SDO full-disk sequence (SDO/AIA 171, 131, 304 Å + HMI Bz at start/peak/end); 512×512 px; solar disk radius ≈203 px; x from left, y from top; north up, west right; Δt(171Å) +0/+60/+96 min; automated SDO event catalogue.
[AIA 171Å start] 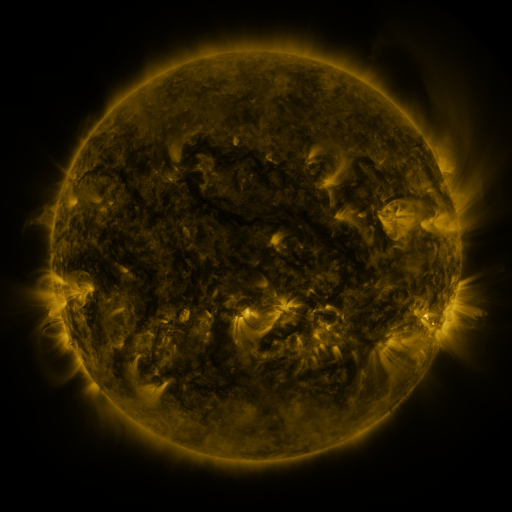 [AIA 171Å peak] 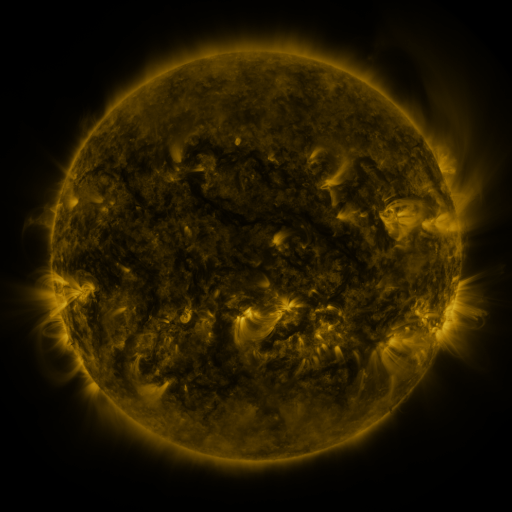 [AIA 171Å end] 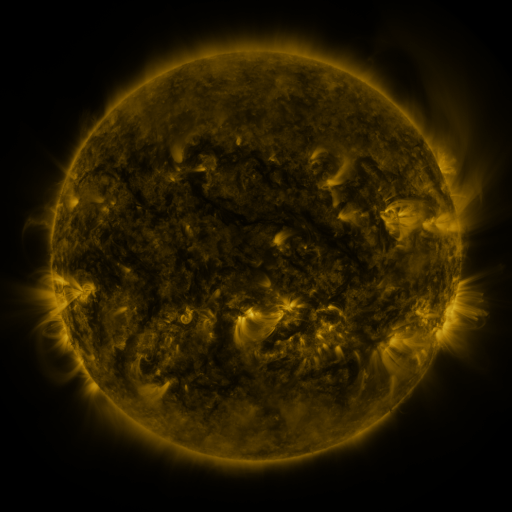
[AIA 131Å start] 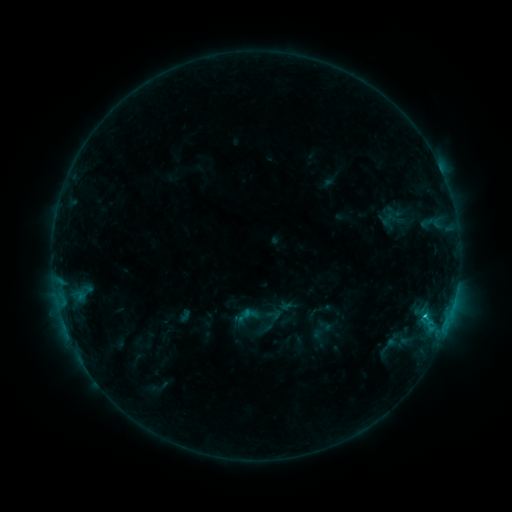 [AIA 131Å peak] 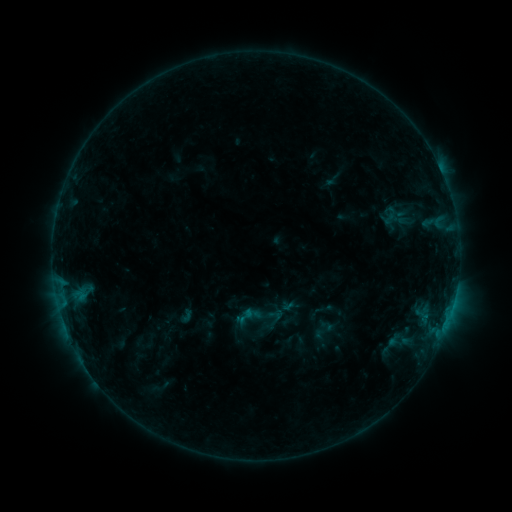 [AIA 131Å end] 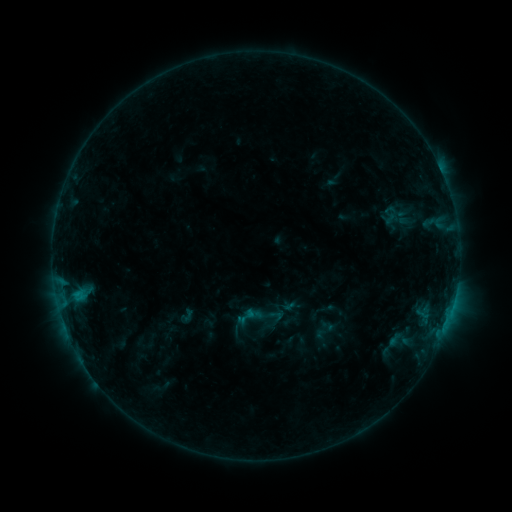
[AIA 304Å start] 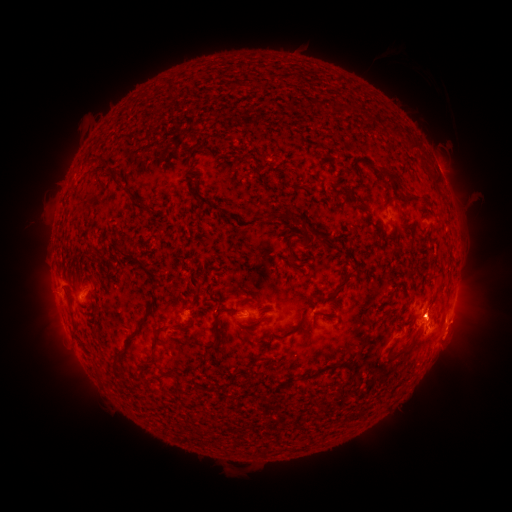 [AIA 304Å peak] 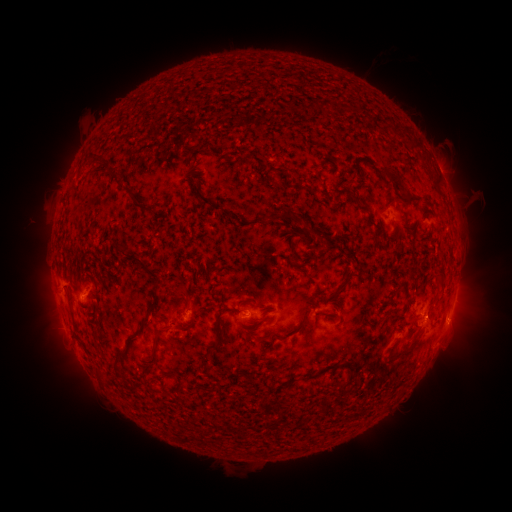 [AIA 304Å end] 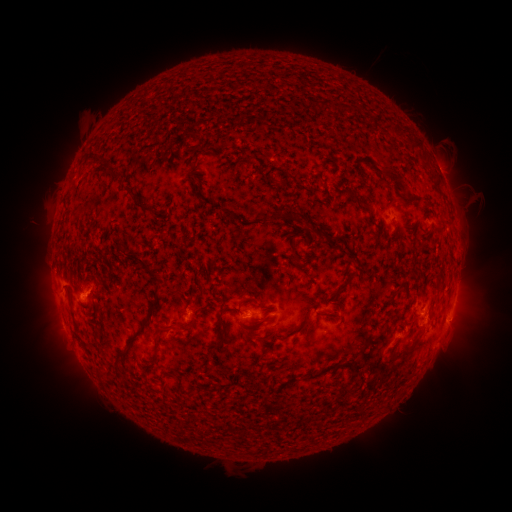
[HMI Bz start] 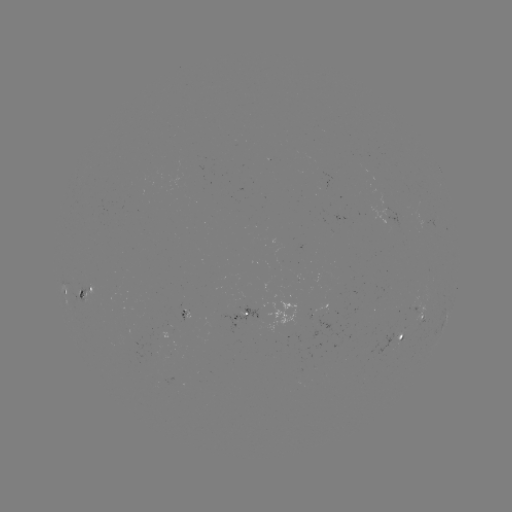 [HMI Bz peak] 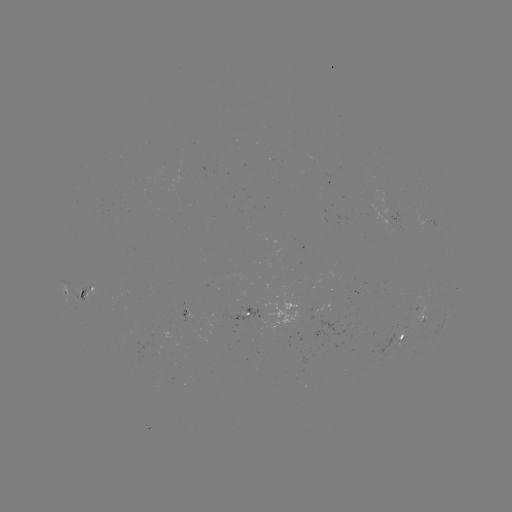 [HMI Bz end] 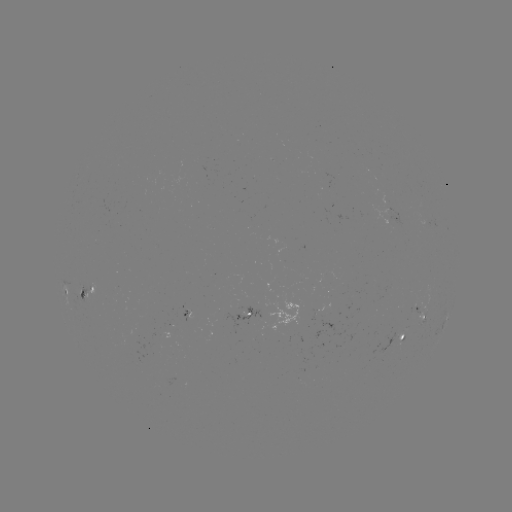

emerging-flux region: [225, 303, 267, 329]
